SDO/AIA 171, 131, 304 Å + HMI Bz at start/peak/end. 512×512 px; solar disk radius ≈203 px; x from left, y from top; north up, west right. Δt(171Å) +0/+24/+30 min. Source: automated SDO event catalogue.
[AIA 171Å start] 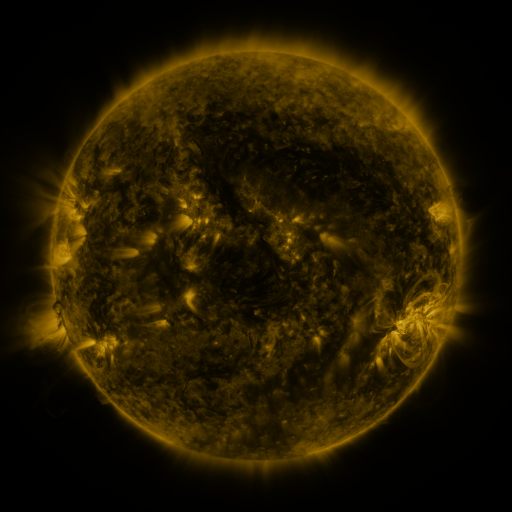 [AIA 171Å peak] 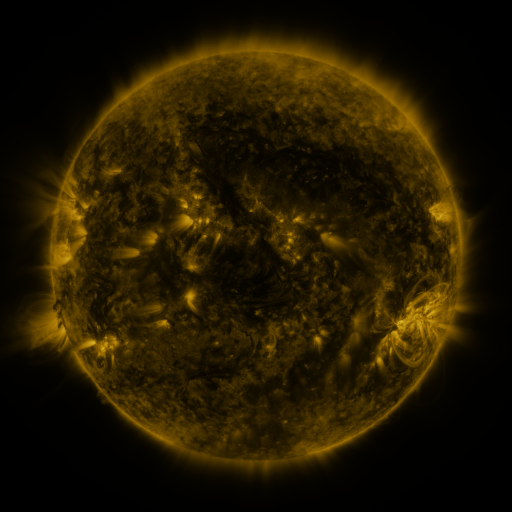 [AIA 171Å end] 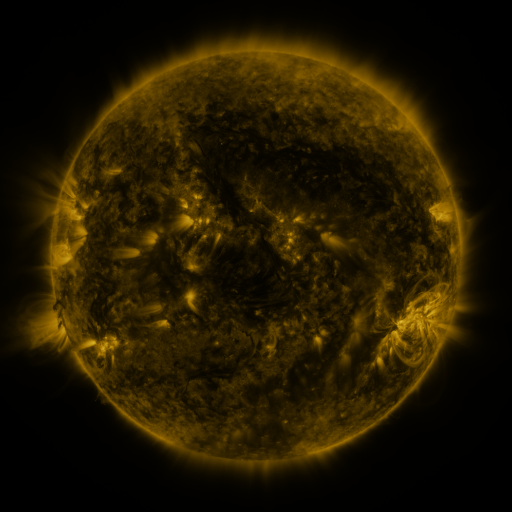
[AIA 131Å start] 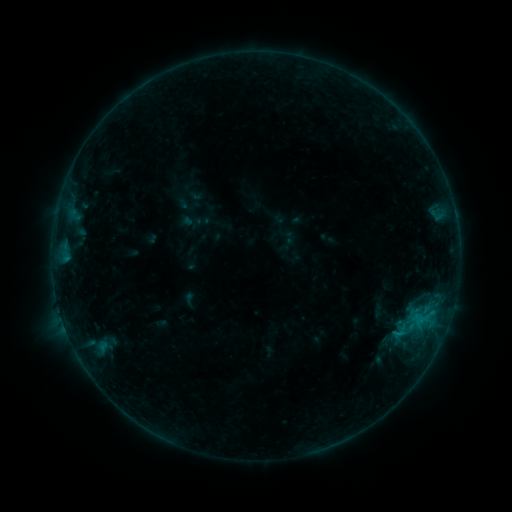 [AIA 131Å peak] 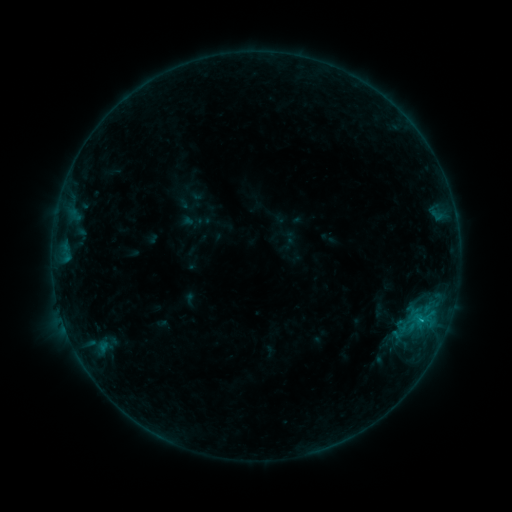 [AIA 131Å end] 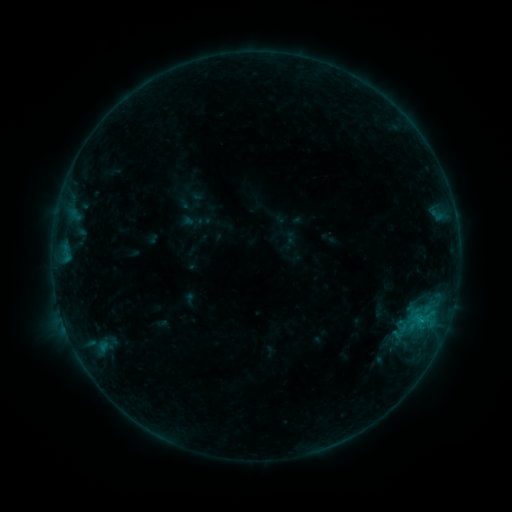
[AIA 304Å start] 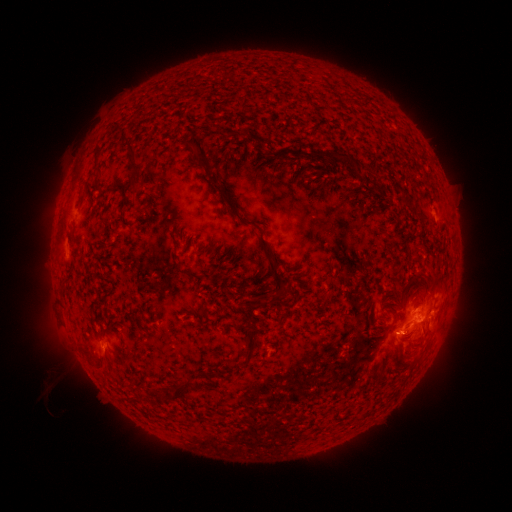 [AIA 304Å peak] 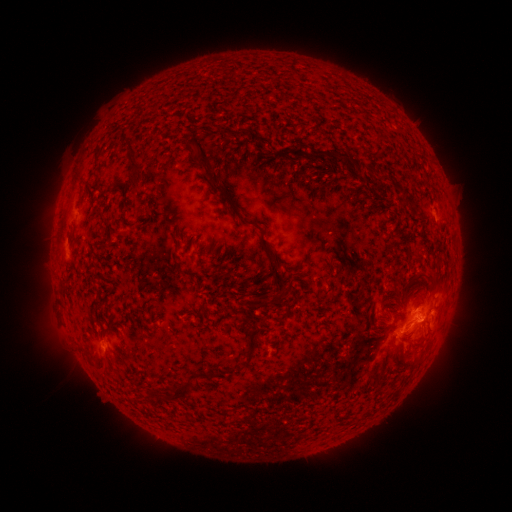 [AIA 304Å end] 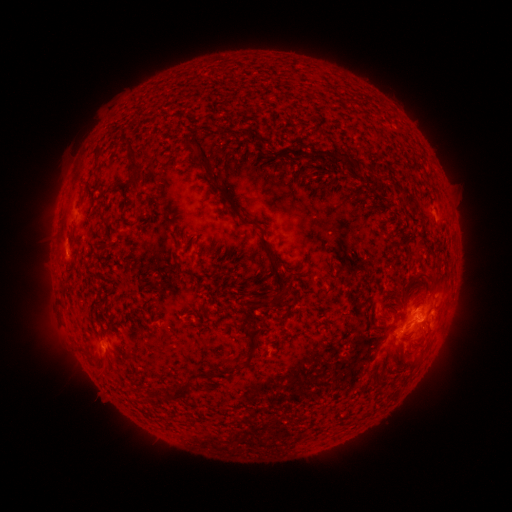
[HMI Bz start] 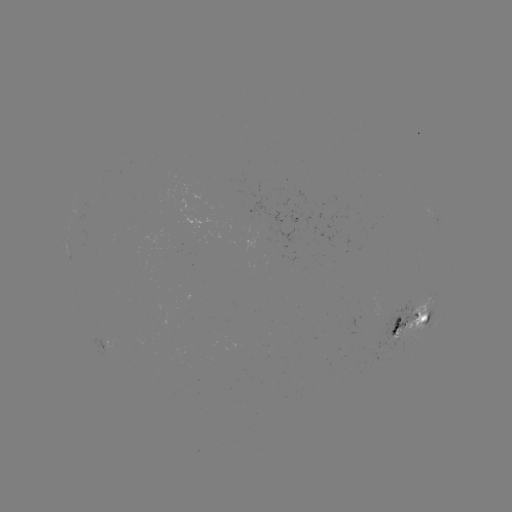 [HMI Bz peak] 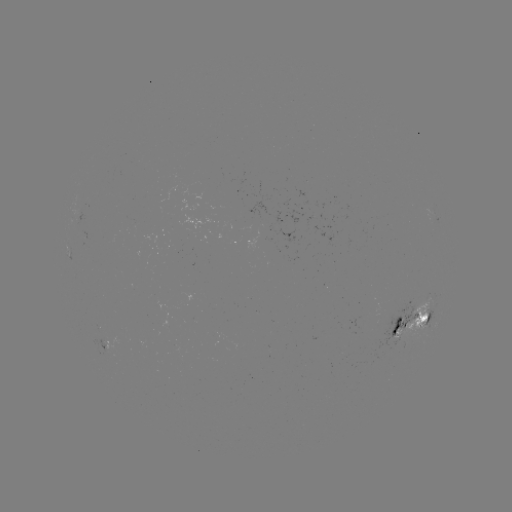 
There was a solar flare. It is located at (421, 318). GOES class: B7.1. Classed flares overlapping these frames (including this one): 1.